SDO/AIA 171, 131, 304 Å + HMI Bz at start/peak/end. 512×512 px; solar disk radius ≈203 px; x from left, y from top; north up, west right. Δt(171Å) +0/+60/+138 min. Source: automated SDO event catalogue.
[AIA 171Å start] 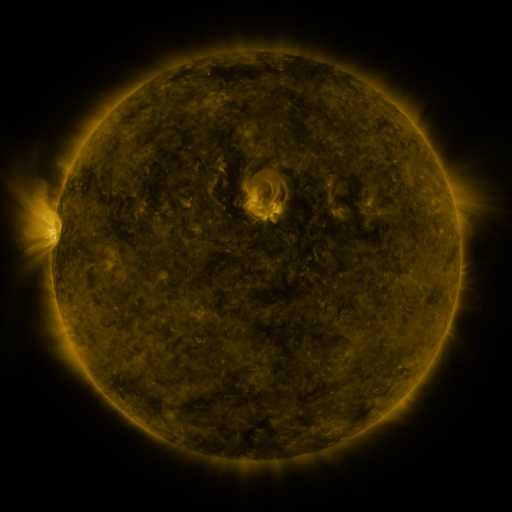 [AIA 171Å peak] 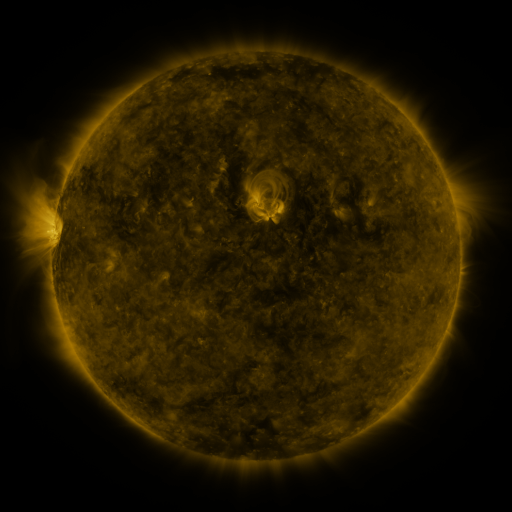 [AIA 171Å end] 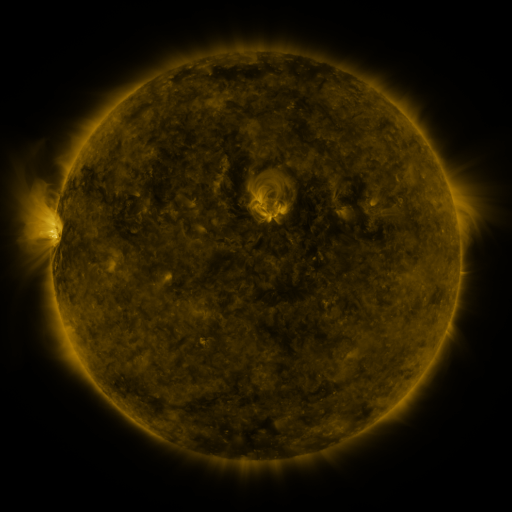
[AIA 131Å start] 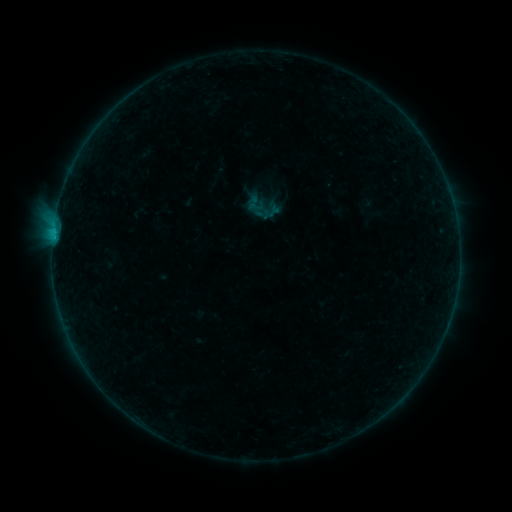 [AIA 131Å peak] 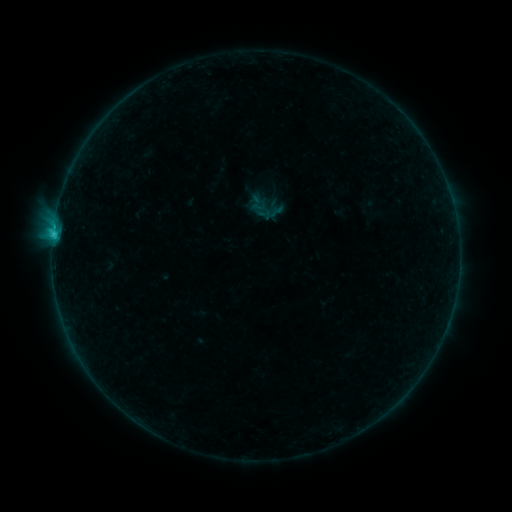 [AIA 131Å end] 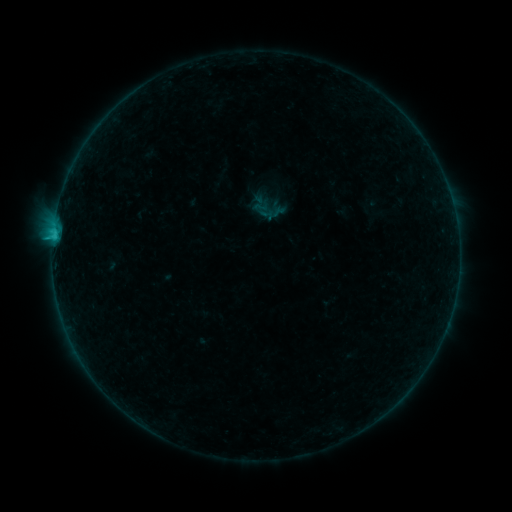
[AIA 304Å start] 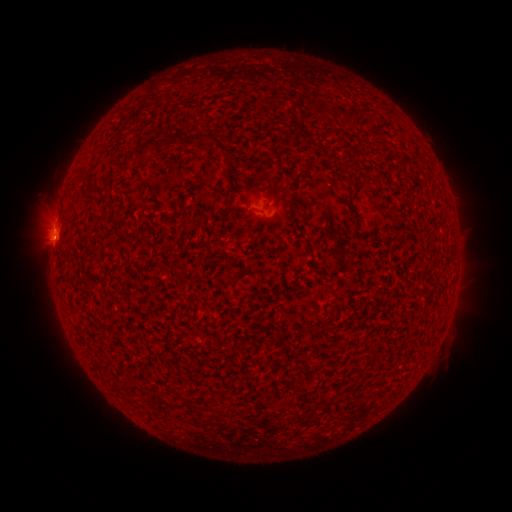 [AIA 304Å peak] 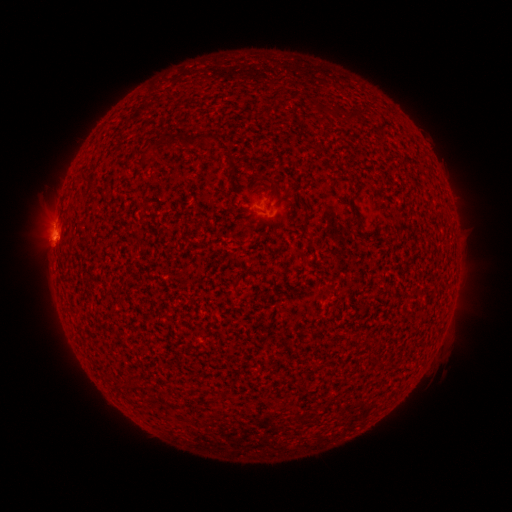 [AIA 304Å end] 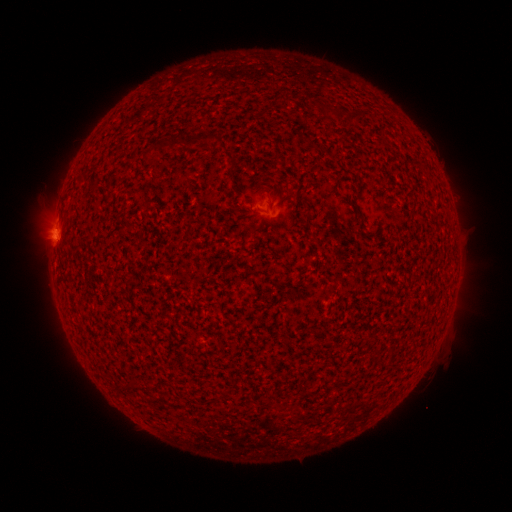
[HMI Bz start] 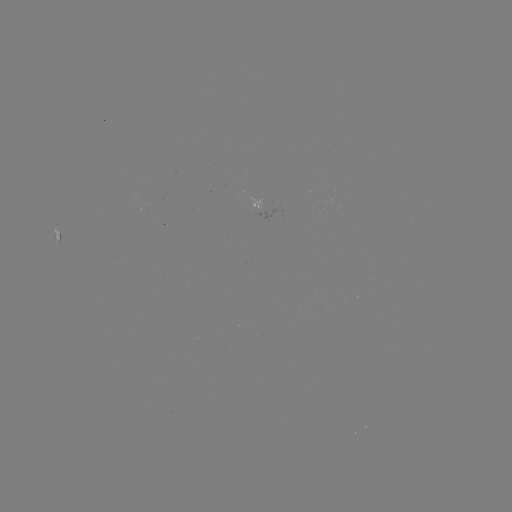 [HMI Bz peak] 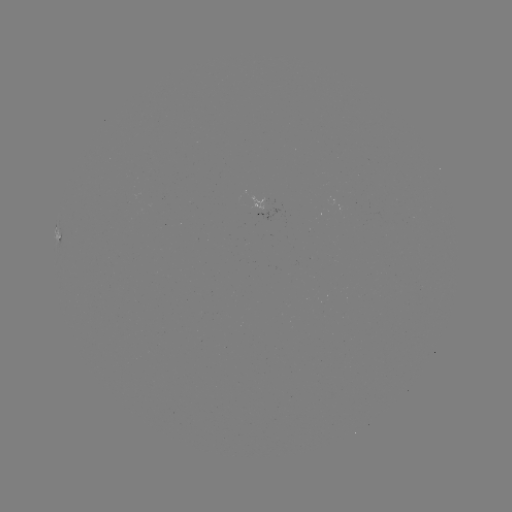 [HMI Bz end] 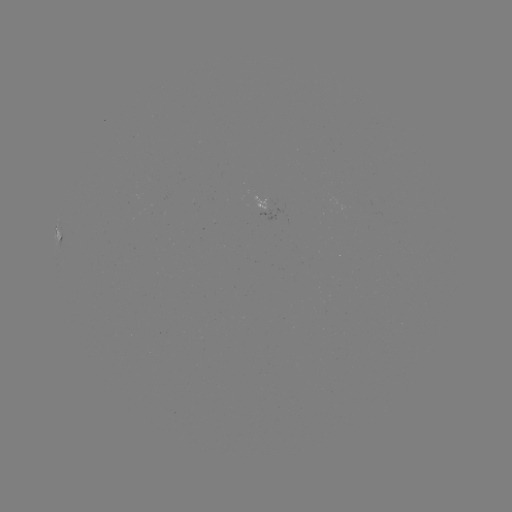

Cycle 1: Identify C1.4 flare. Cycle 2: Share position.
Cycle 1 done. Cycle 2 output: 53,238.